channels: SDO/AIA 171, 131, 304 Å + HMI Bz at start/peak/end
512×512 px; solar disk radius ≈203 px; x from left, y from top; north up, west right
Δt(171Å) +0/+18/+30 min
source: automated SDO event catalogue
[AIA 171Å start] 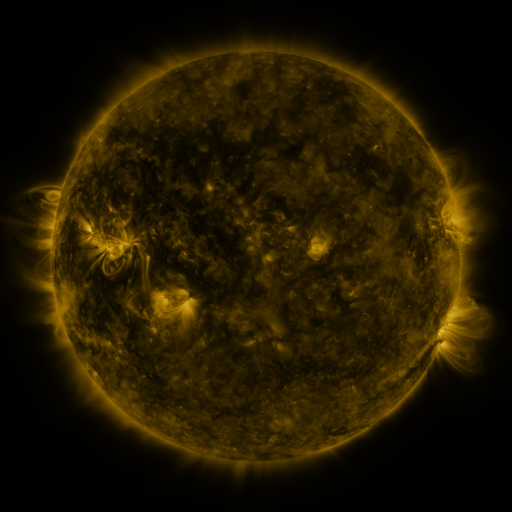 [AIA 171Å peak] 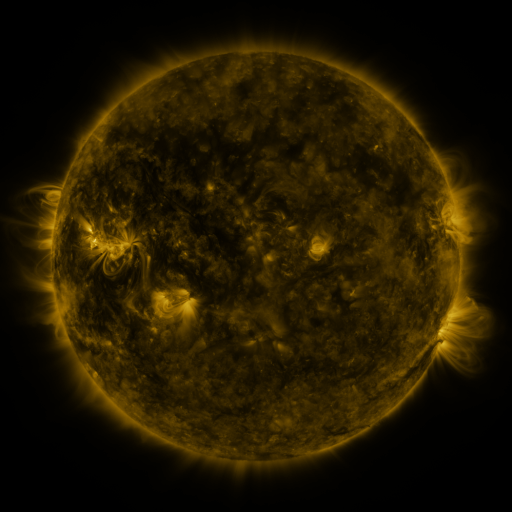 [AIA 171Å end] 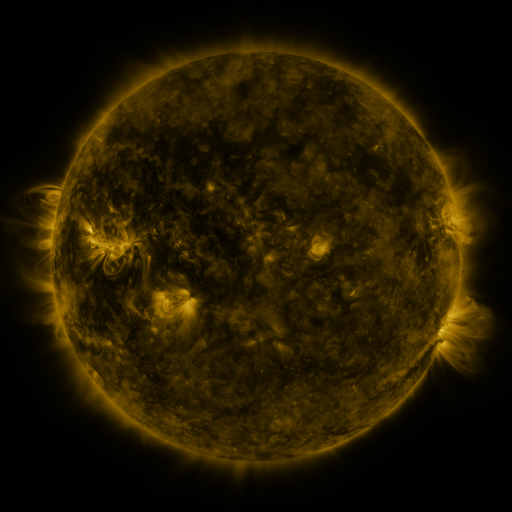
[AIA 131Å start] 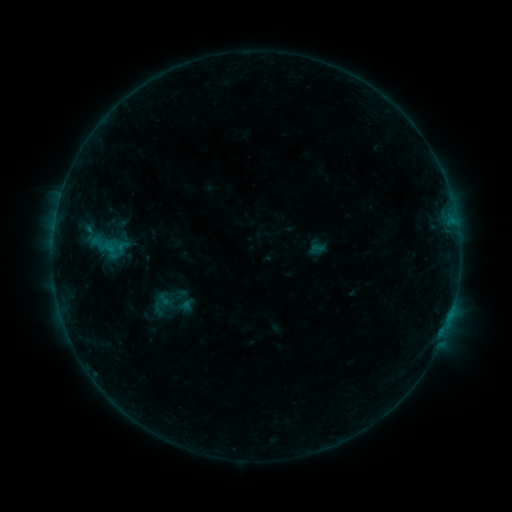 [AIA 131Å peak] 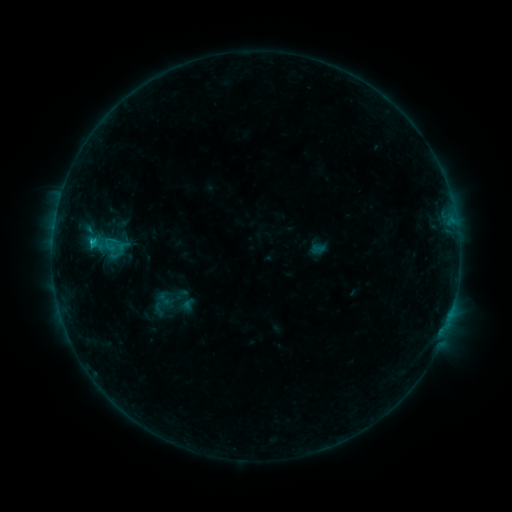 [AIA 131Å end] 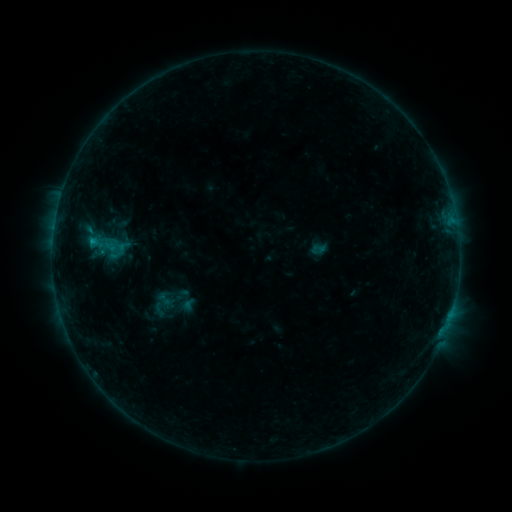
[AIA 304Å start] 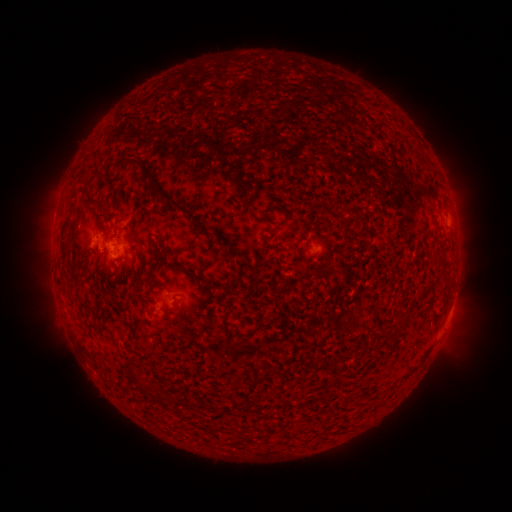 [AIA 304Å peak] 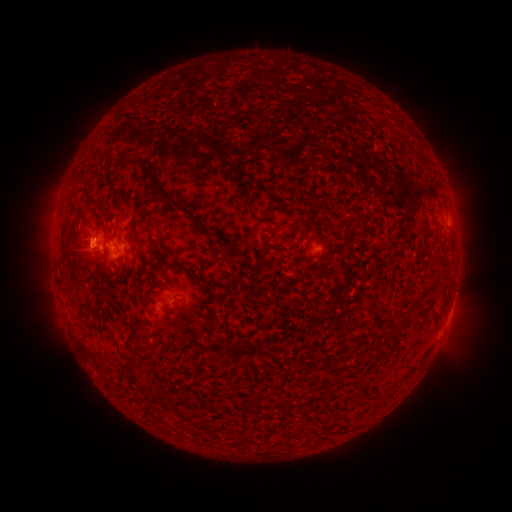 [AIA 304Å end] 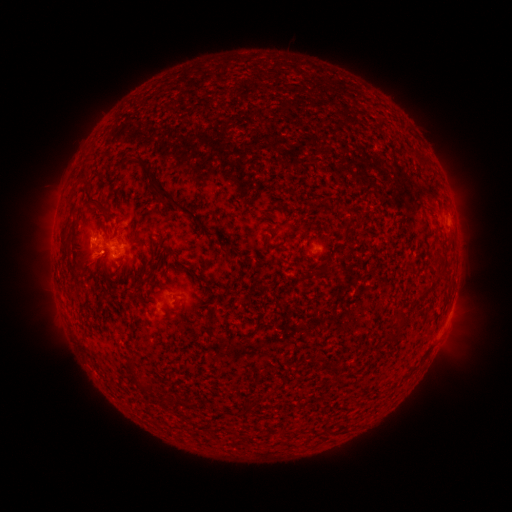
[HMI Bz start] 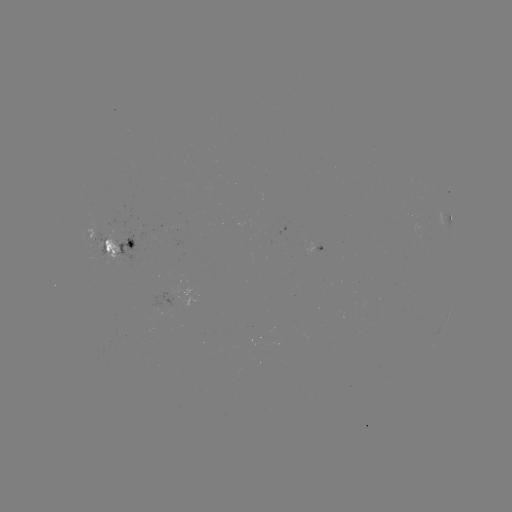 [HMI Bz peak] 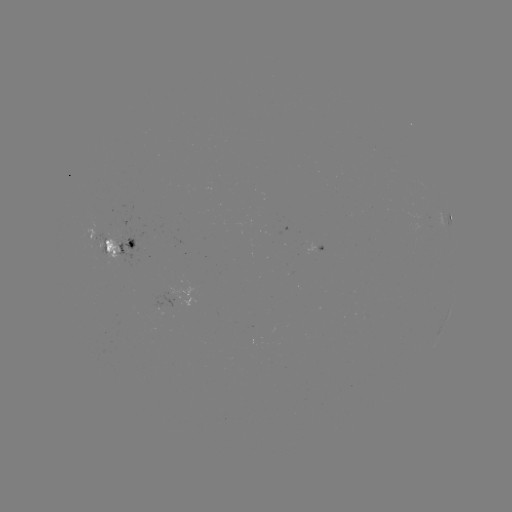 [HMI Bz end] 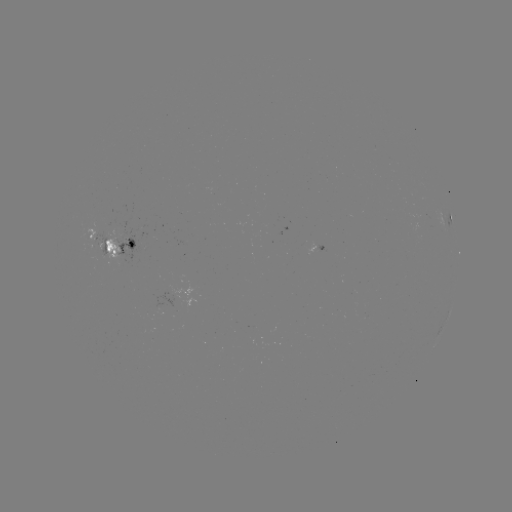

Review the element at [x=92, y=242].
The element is B6.4 flare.